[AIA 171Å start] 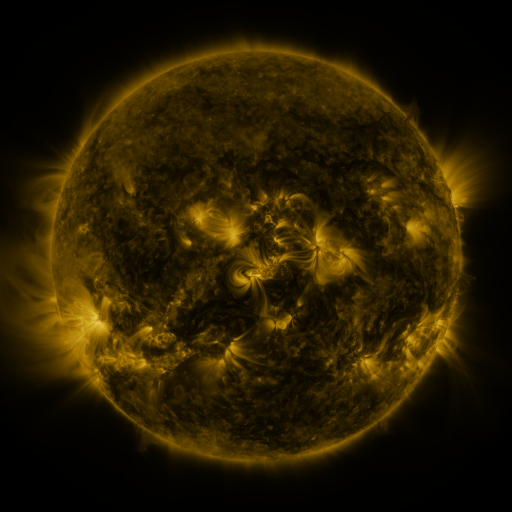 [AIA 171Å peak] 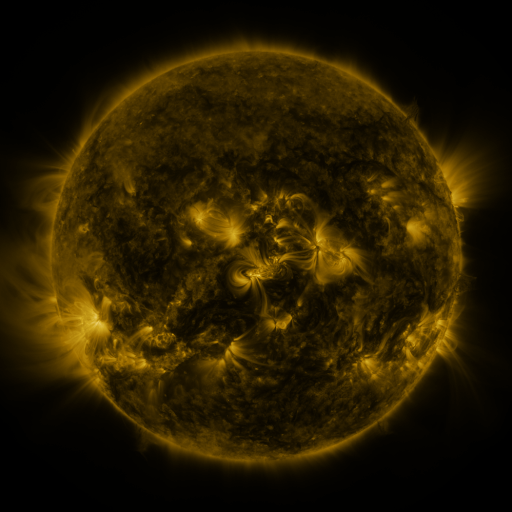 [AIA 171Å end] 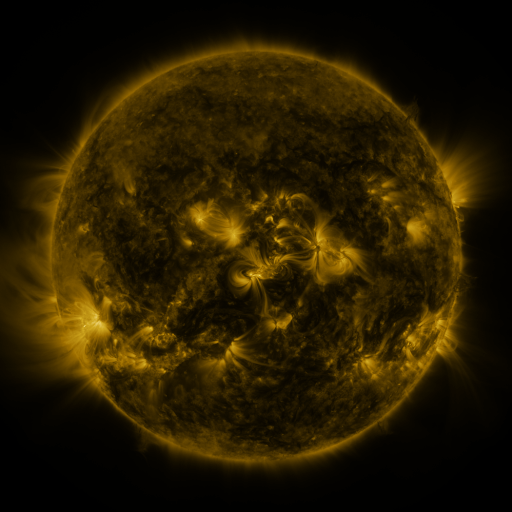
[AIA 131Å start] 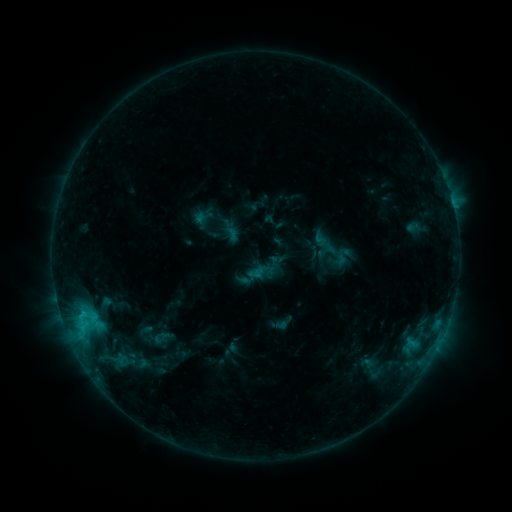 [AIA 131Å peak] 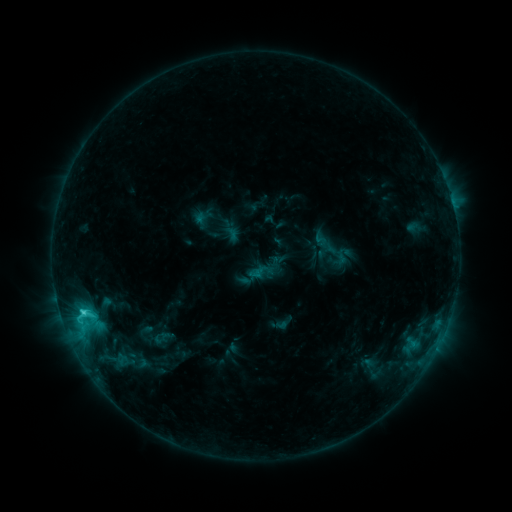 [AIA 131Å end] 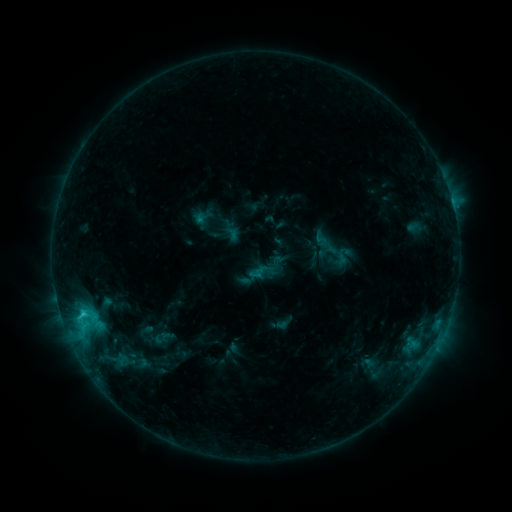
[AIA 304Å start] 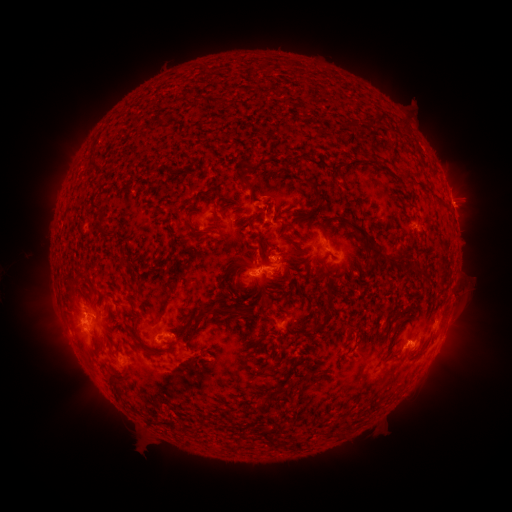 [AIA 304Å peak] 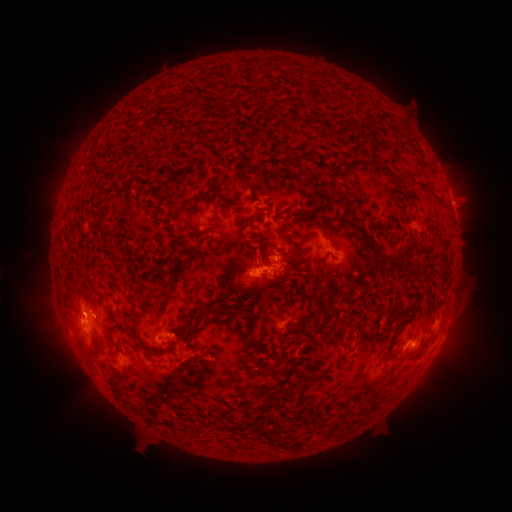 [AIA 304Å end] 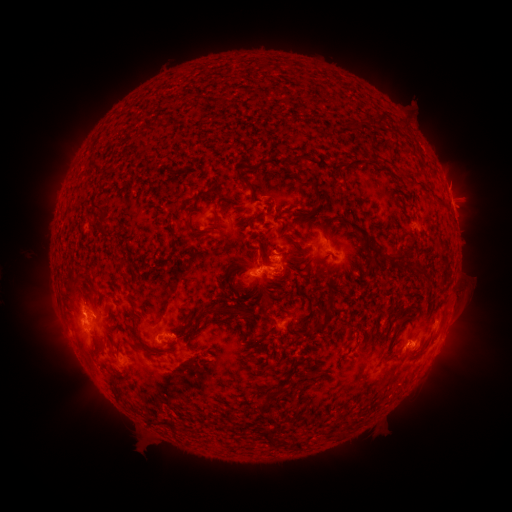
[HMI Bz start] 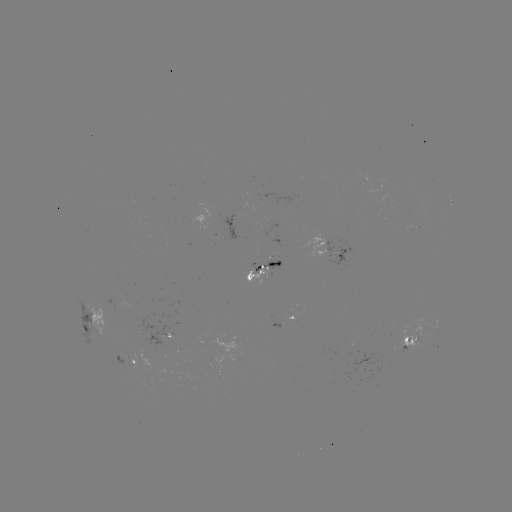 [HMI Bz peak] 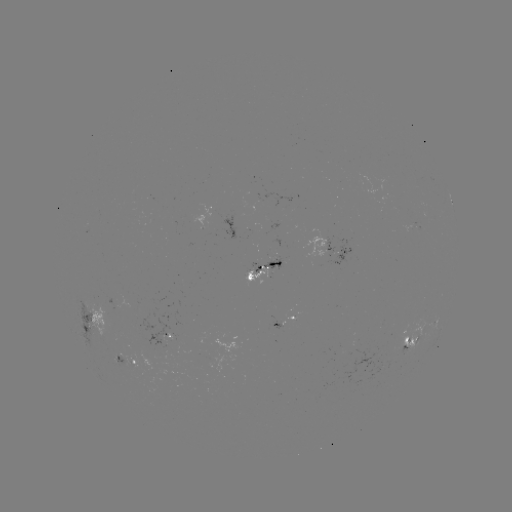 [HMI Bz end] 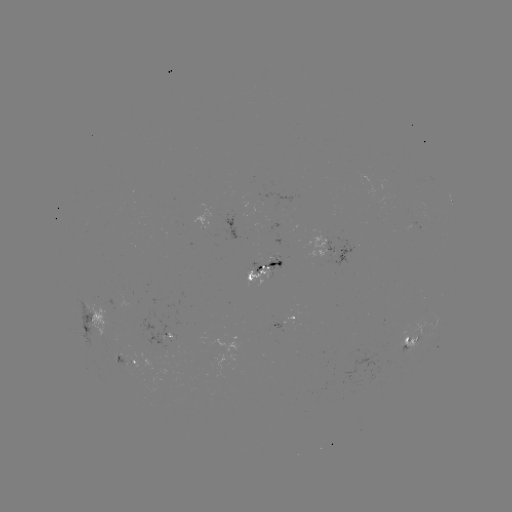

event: flare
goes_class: C2.2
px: (83, 310)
